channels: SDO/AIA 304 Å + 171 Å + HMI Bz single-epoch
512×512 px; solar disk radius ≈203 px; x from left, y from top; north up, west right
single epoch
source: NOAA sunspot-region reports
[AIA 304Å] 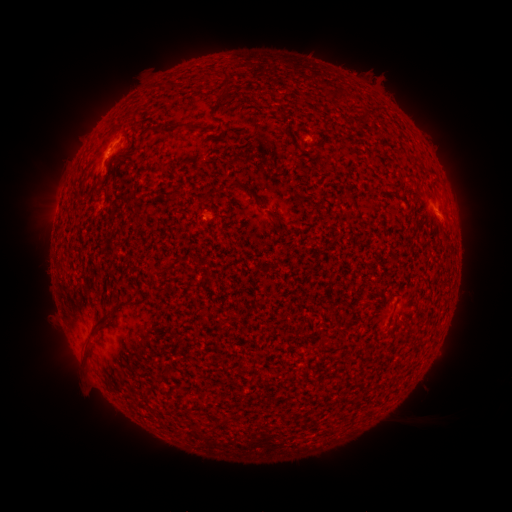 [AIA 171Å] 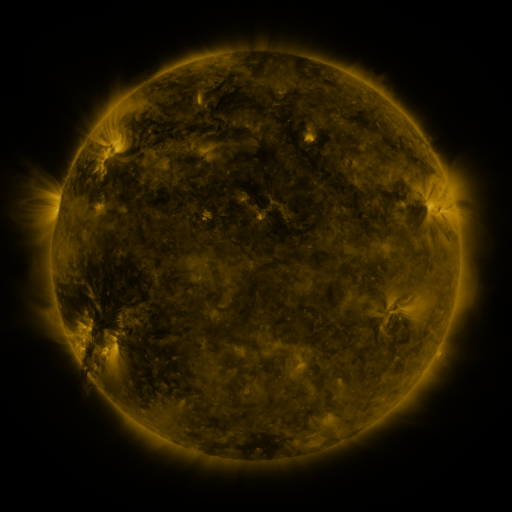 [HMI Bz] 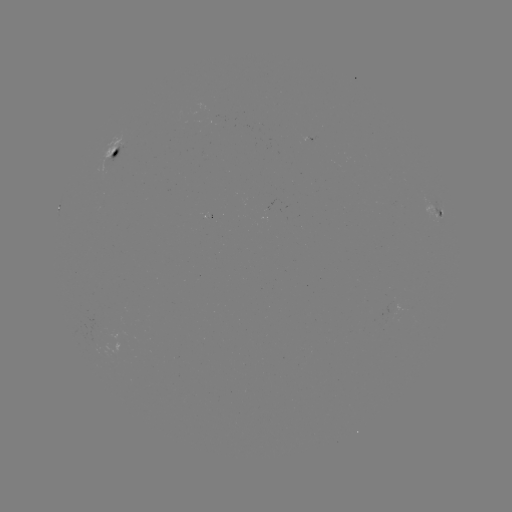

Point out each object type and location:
spotted active region: (116, 152)
spotted active region: (439, 214)
